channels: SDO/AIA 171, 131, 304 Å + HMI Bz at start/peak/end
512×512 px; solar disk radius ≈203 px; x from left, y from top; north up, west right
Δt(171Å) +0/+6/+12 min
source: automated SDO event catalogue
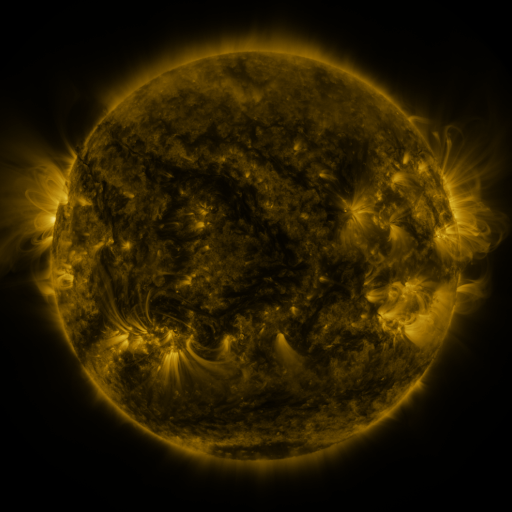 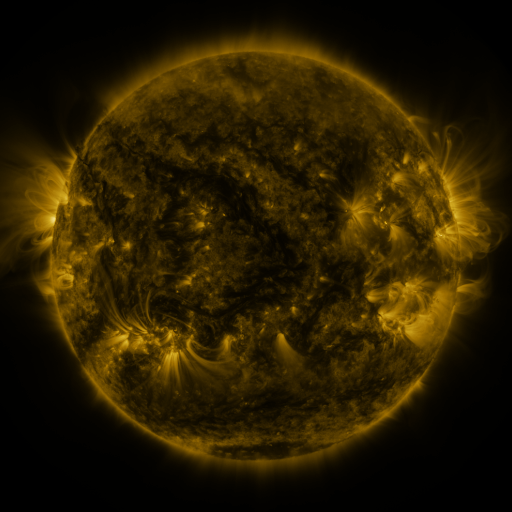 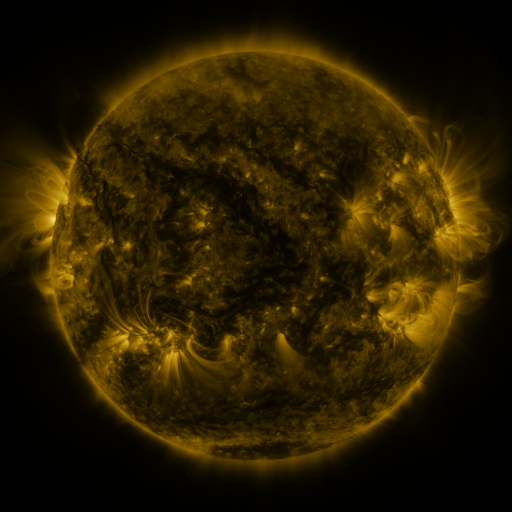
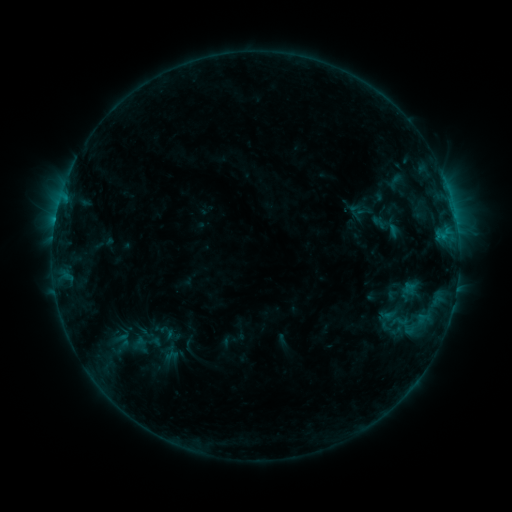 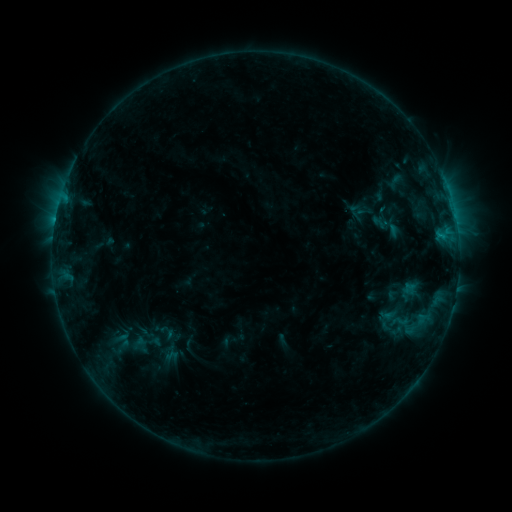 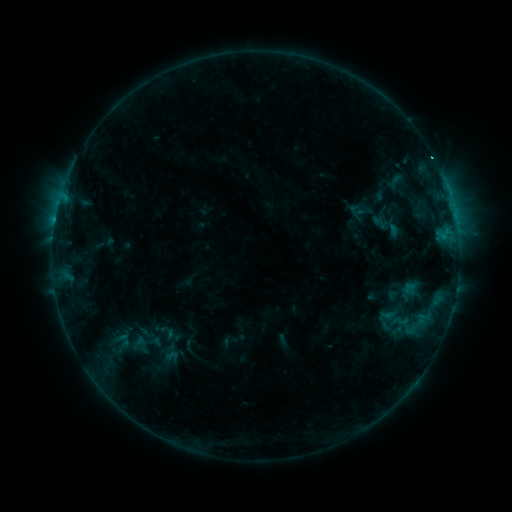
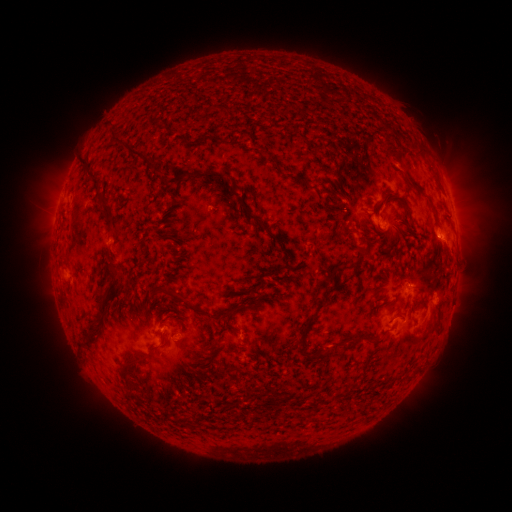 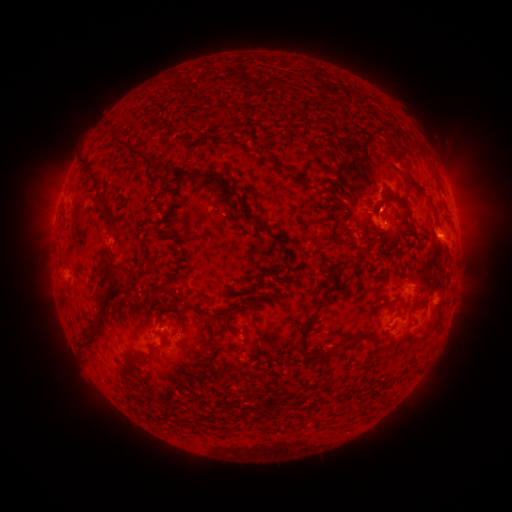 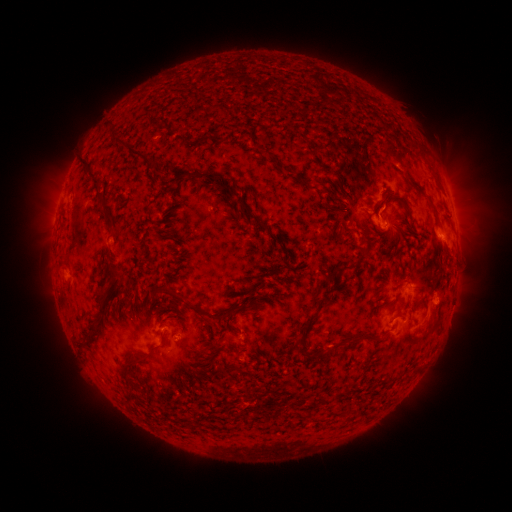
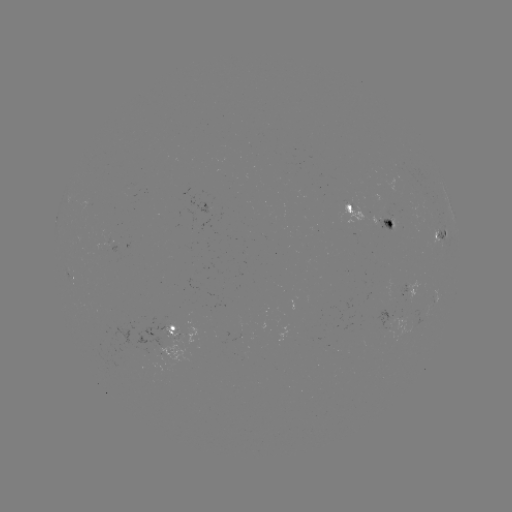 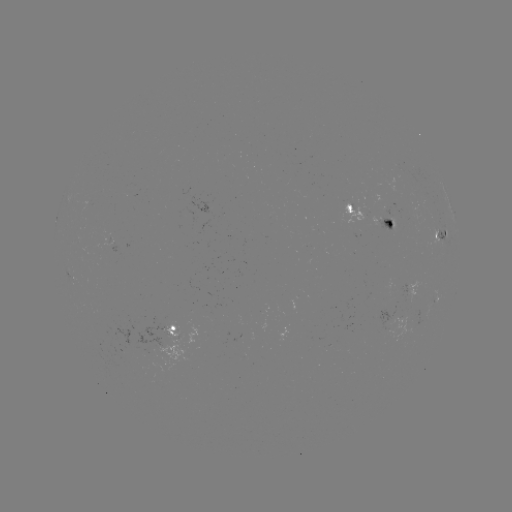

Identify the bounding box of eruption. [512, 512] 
[356, 182, 409, 230].